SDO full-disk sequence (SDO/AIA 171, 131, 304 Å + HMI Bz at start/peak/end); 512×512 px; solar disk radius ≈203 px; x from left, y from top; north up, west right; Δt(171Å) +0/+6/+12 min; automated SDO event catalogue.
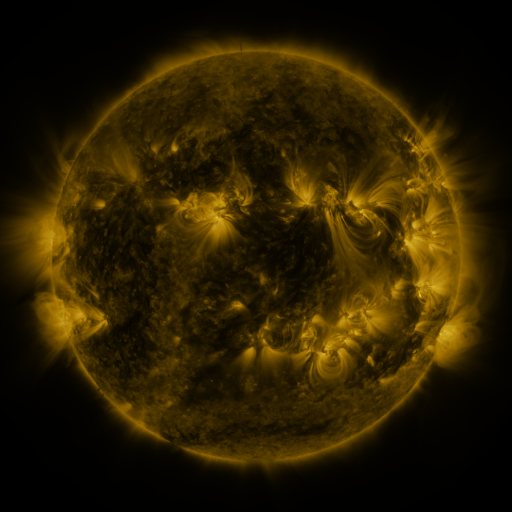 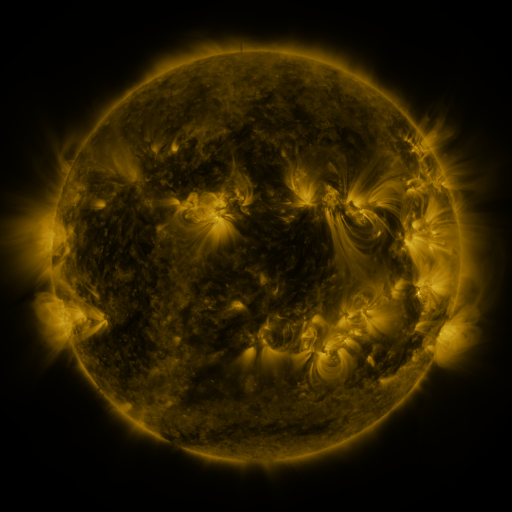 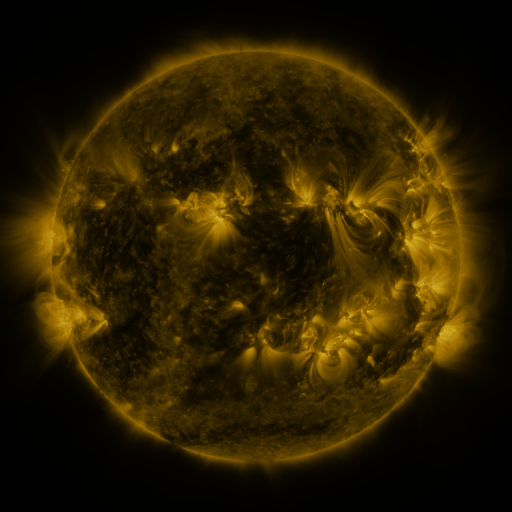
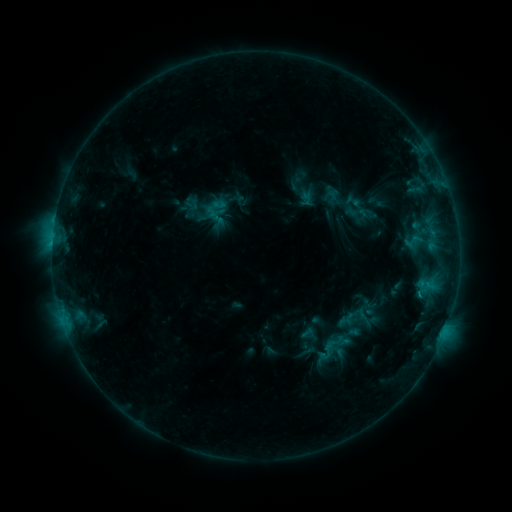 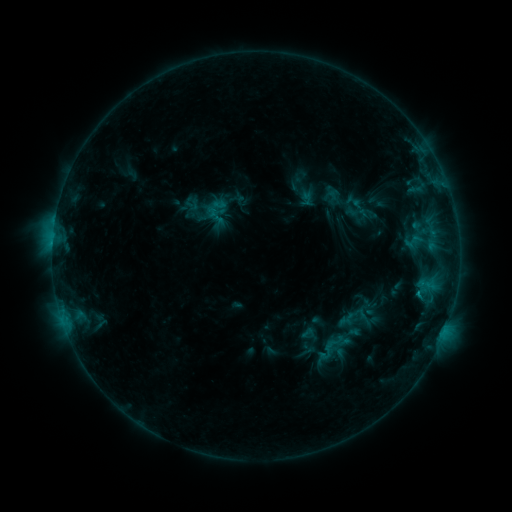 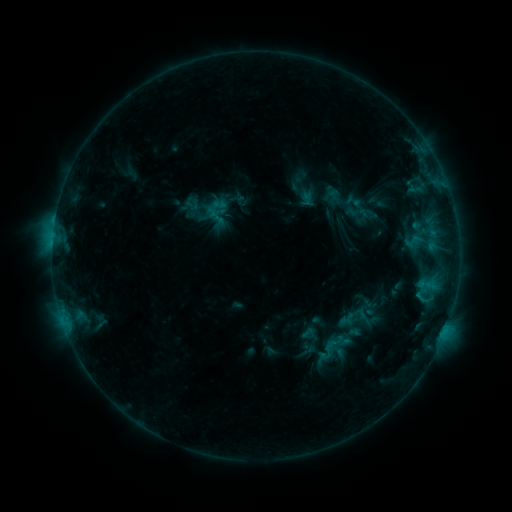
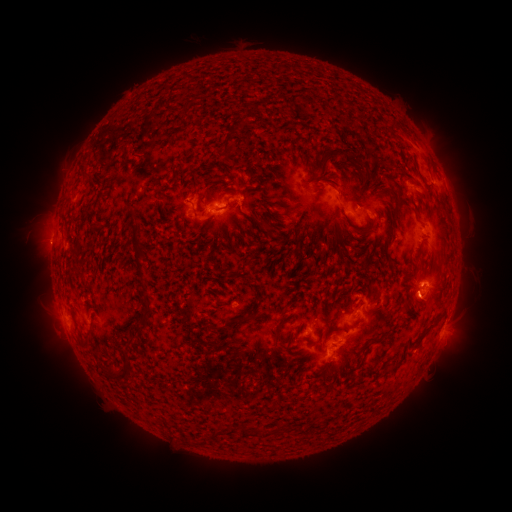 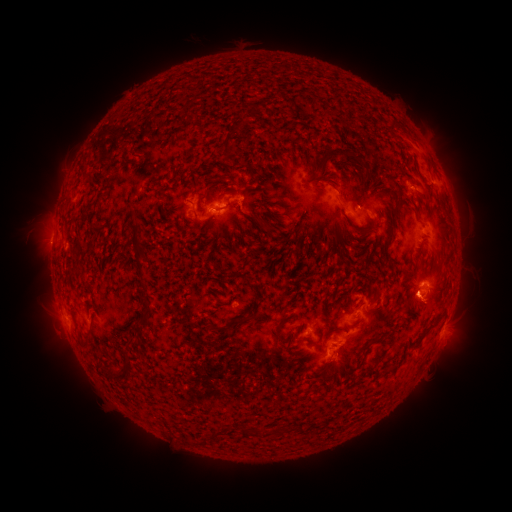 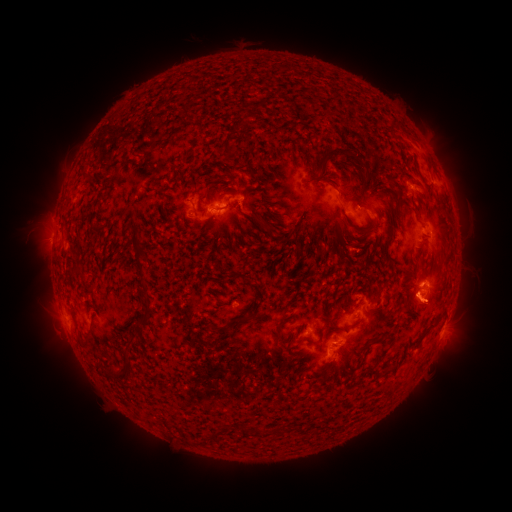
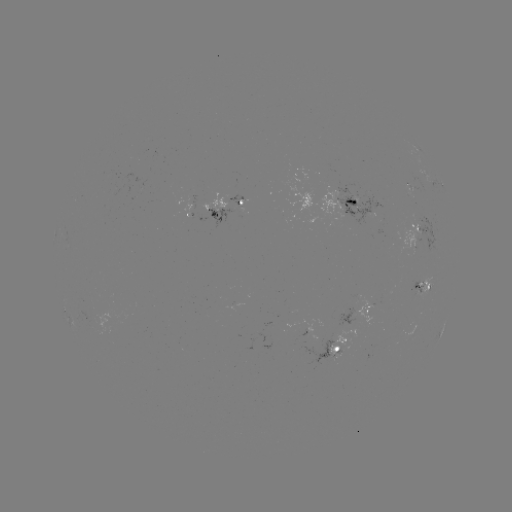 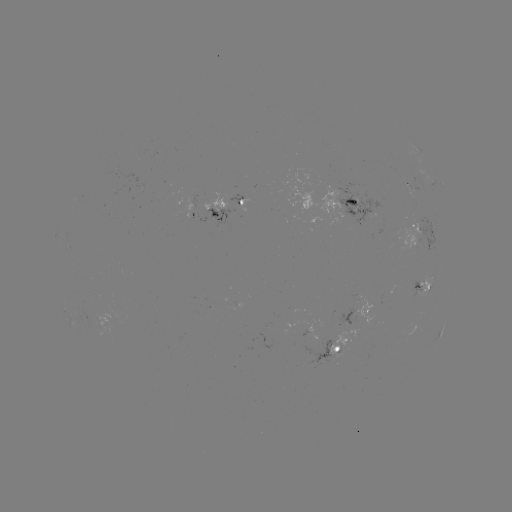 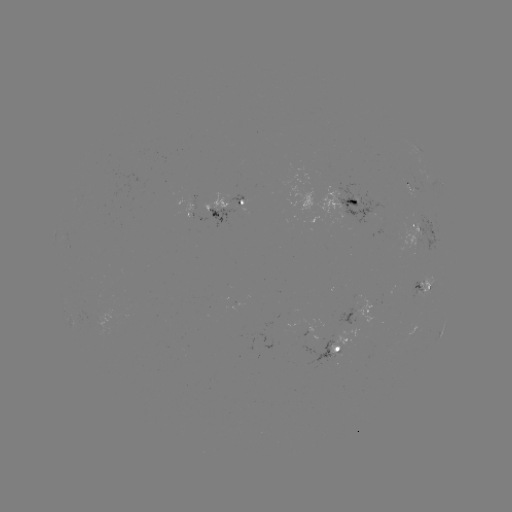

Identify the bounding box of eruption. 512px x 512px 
[390, 281, 464, 331].